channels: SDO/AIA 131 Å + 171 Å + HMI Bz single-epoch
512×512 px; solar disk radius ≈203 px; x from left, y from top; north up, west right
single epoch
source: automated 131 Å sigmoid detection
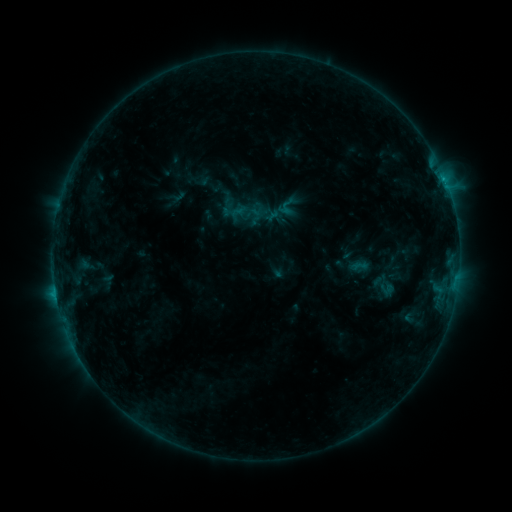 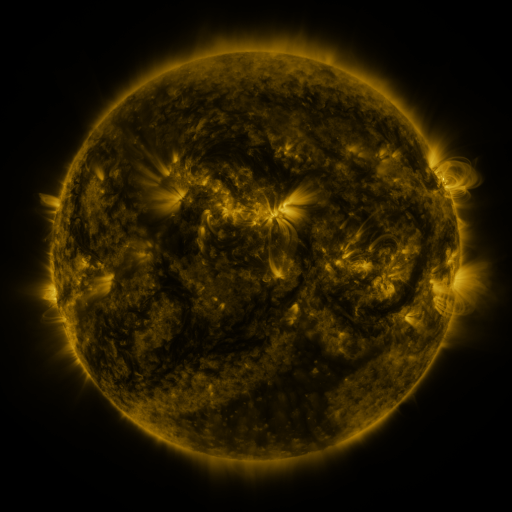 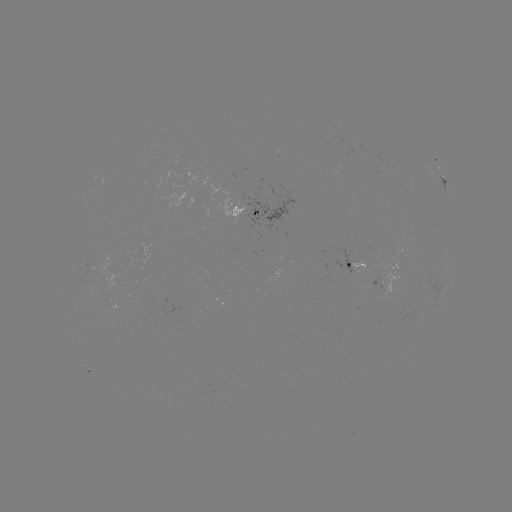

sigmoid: [234, 198, 259, 224]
